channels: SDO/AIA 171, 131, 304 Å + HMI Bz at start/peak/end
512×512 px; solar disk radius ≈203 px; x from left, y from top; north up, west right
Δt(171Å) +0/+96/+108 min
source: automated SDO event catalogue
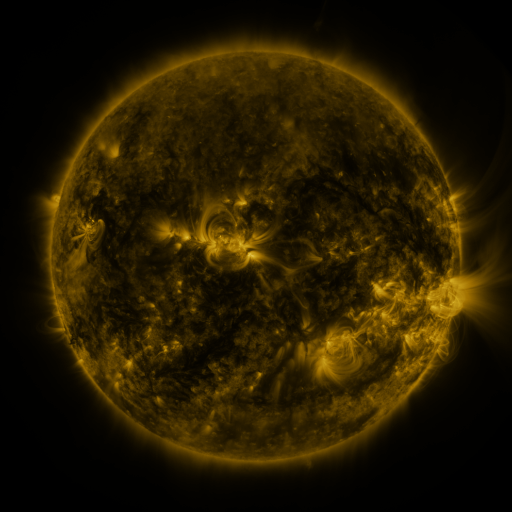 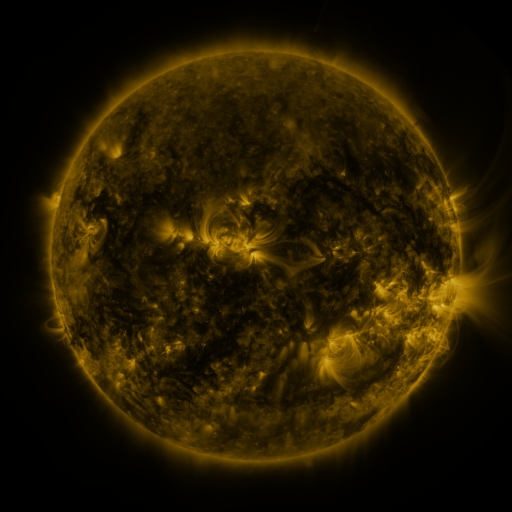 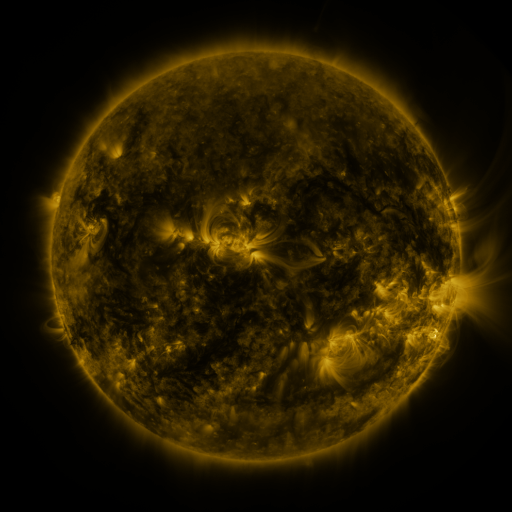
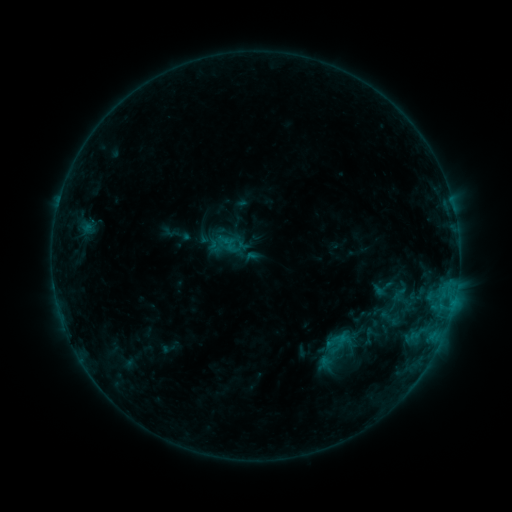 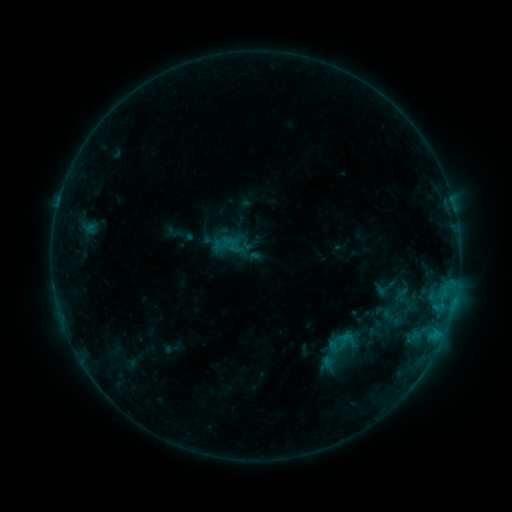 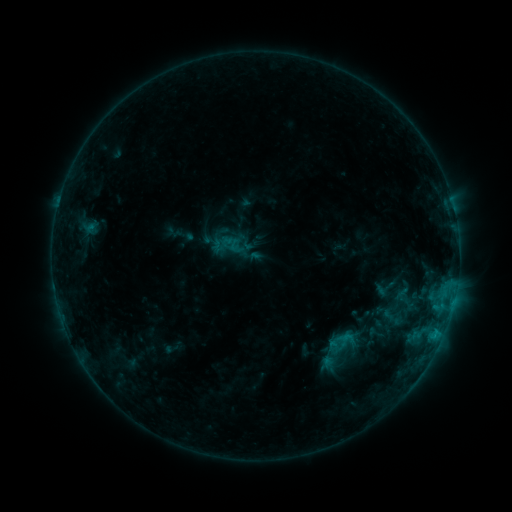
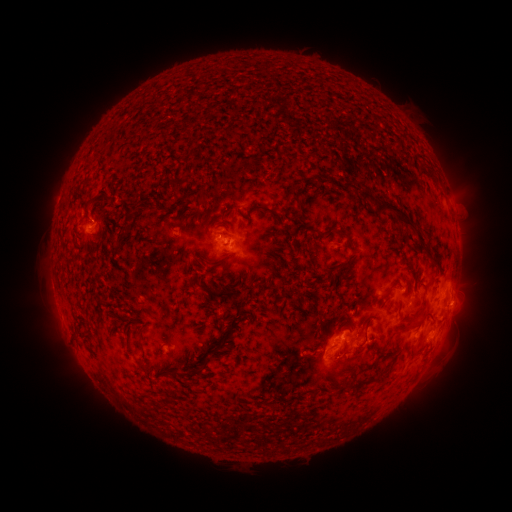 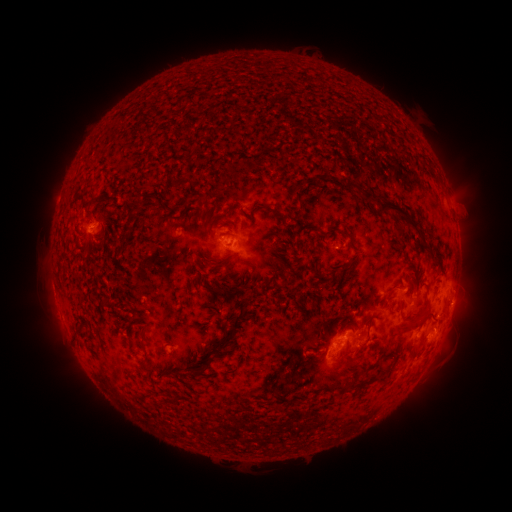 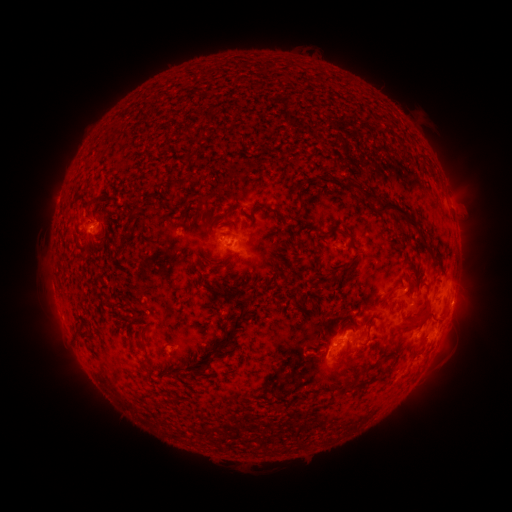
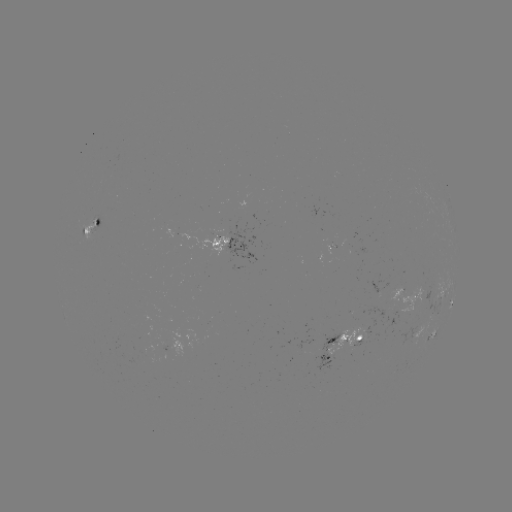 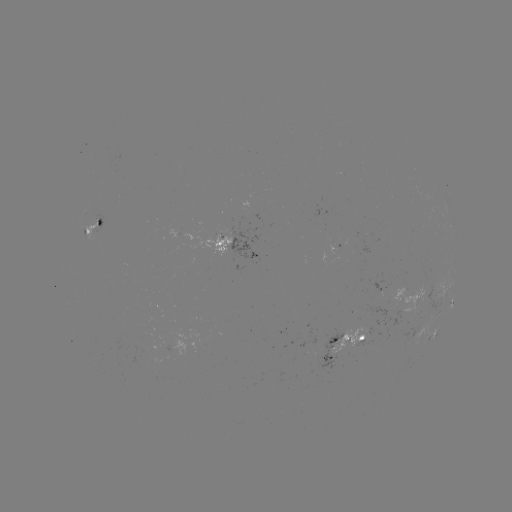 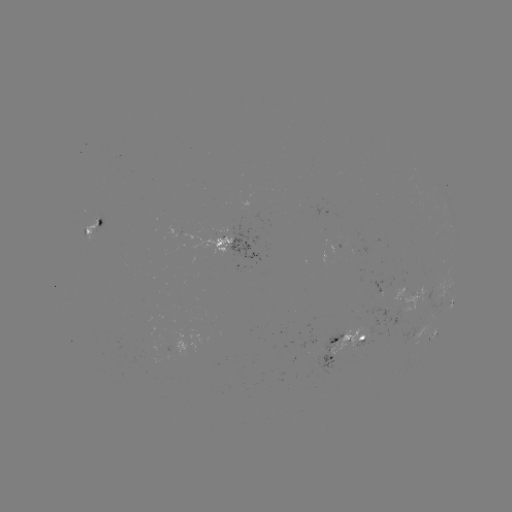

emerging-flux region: <bbox>320, 245, 340, 258</bbox>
